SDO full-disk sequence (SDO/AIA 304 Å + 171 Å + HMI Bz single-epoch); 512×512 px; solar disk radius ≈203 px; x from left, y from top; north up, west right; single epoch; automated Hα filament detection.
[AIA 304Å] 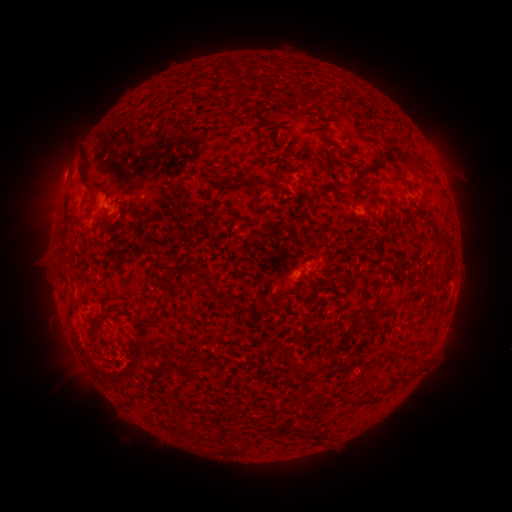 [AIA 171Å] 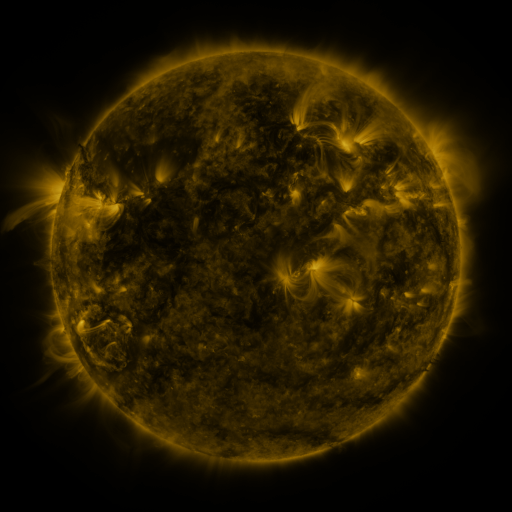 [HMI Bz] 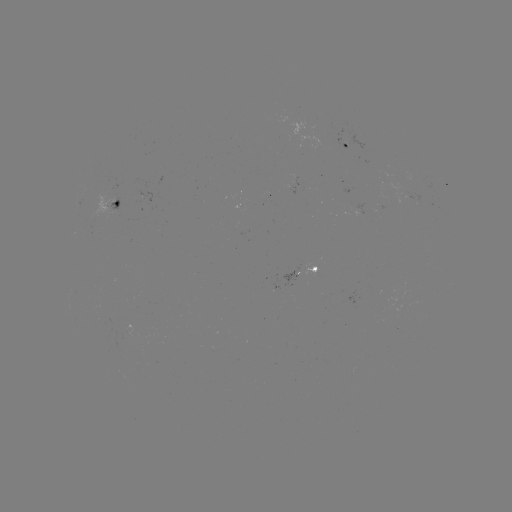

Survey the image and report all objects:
filament: [377, 147, 397, 164]
filament: [78, 152, 93, 186]
filament: [215, 174, 241, 191]
filament: [99, 185, 112, 198]
filament: [307, 187, 318, 210]
filament: [335, 192, 353, 206]
filament: [252, 204, 259, 217]
filament: [200, 207, 209, 218]
filament: [63, 210, 71, 225]
filament: [438, 238, 451, 251]
filament: [159, 259, 172, 270]
filament: [187, 262, 220, 295]
filament: [219, 295, 231, 309]
filament: [362, 307, 375, 315]
filament: [356, 398, 367, 405]
